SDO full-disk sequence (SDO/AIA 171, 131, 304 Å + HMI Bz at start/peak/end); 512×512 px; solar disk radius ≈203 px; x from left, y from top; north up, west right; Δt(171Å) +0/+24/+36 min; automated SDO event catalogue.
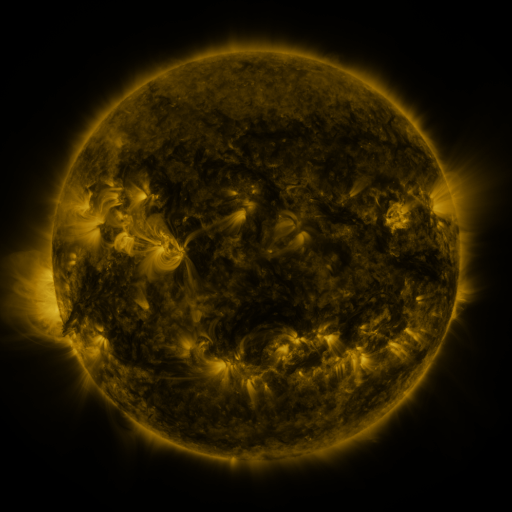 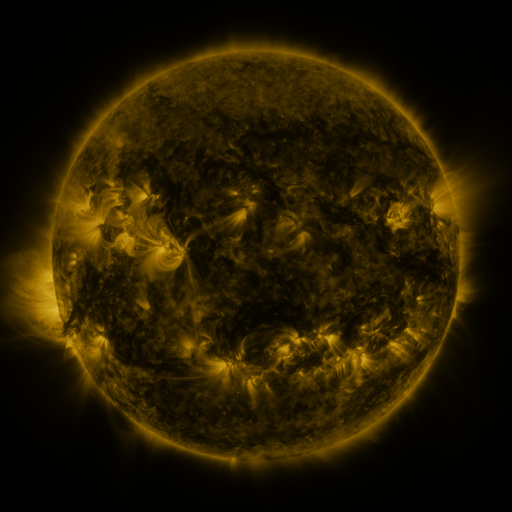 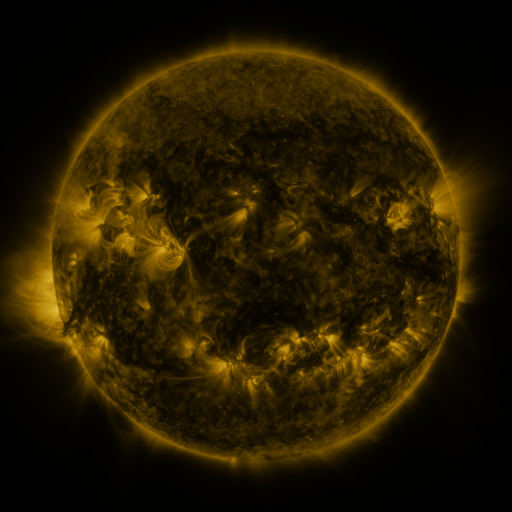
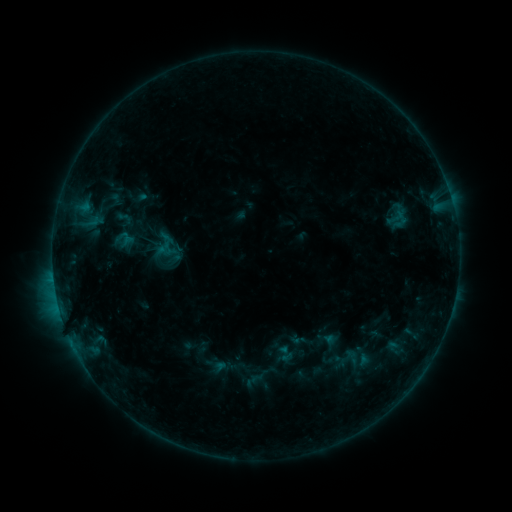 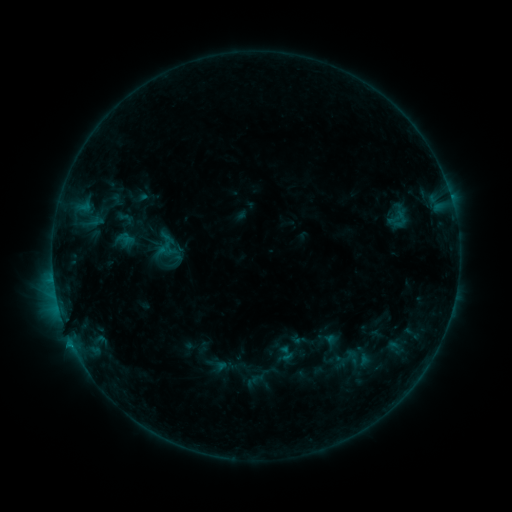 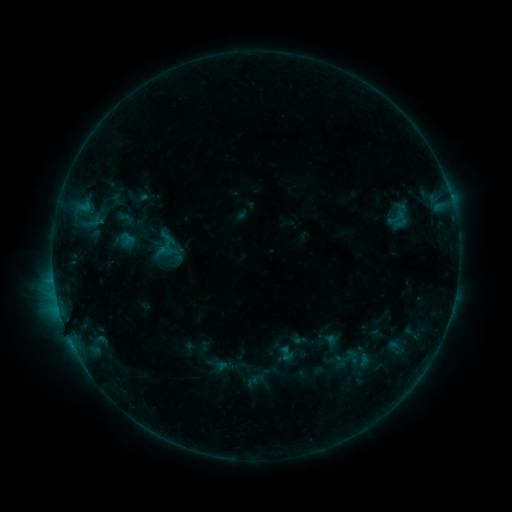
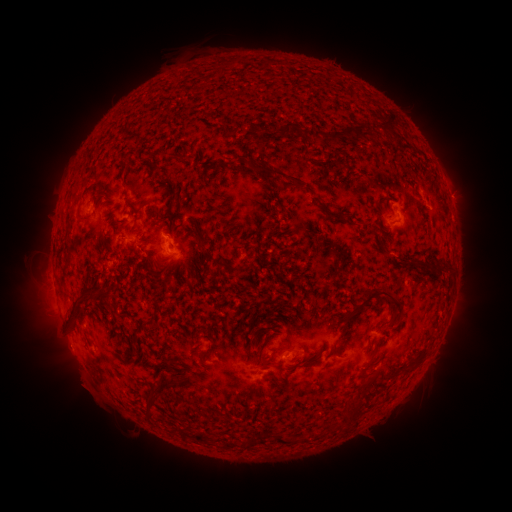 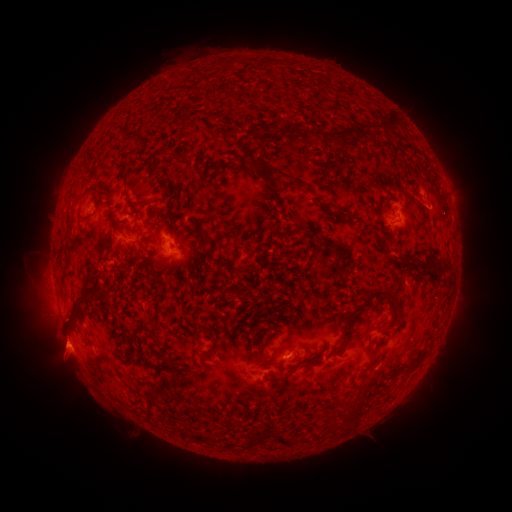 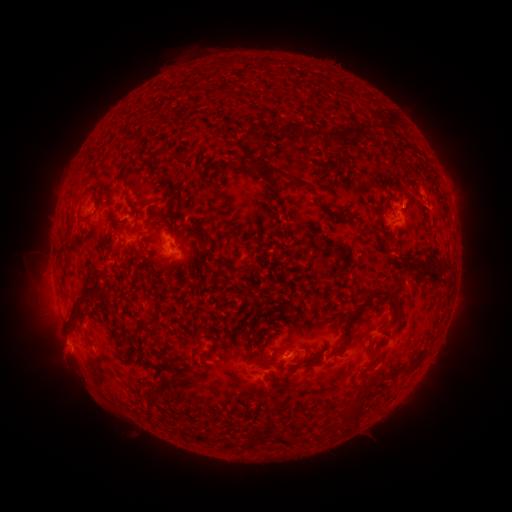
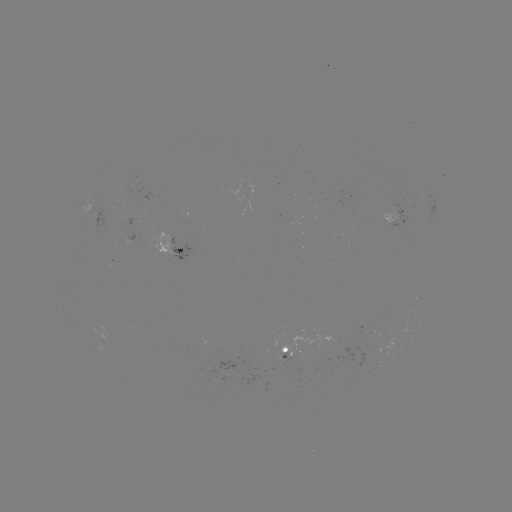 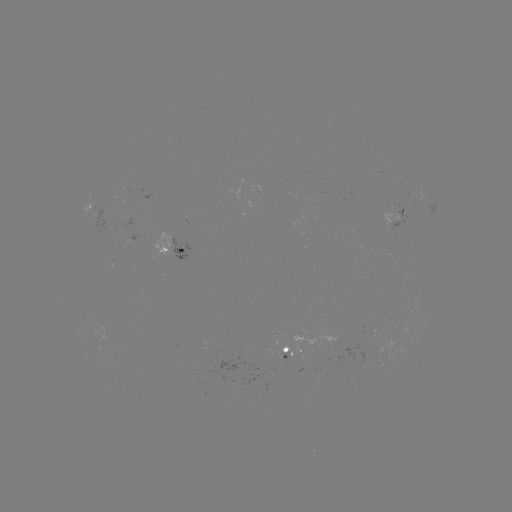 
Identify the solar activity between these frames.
B8.2 flare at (72, 342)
